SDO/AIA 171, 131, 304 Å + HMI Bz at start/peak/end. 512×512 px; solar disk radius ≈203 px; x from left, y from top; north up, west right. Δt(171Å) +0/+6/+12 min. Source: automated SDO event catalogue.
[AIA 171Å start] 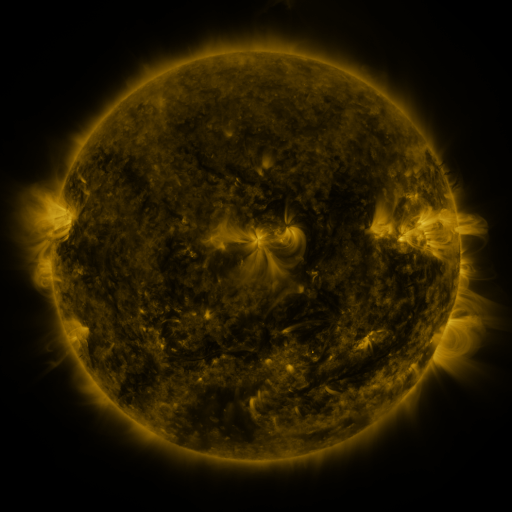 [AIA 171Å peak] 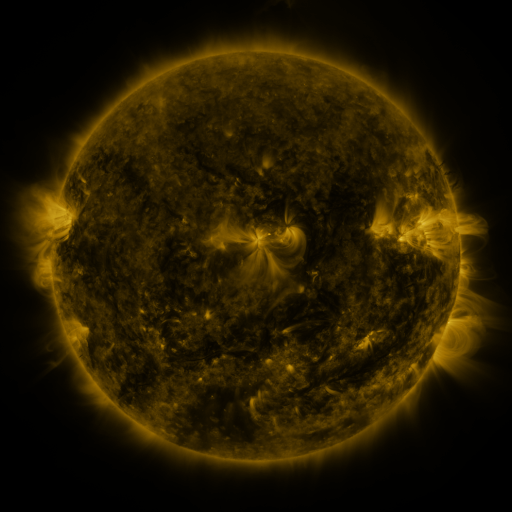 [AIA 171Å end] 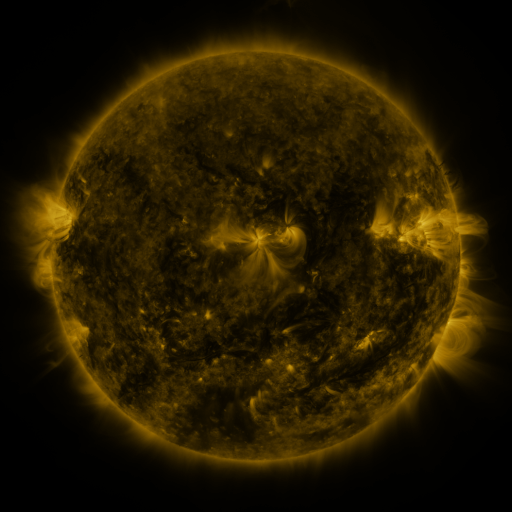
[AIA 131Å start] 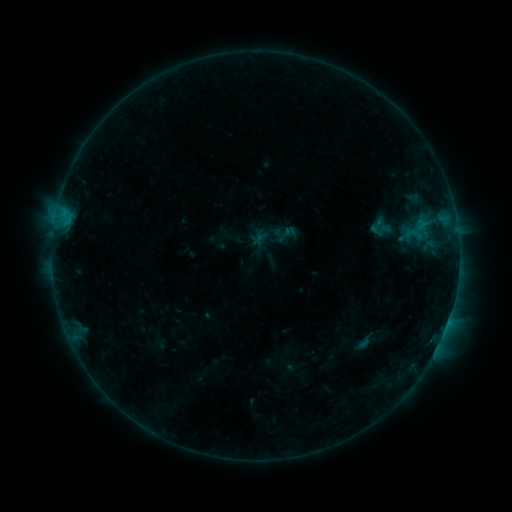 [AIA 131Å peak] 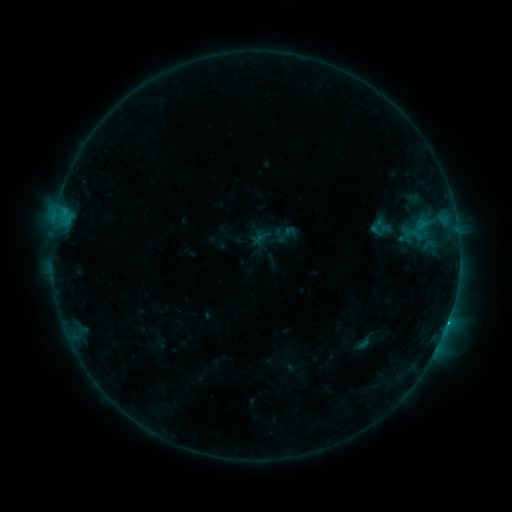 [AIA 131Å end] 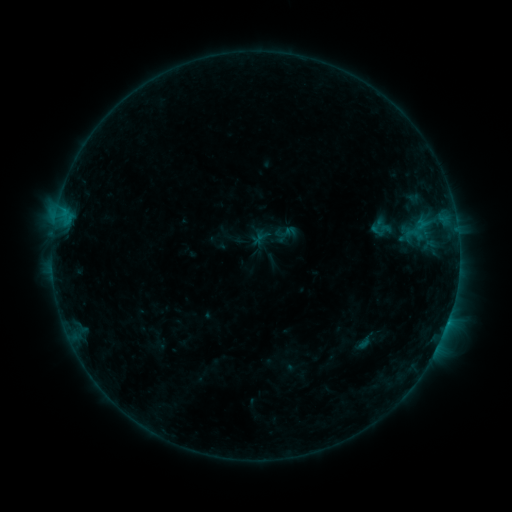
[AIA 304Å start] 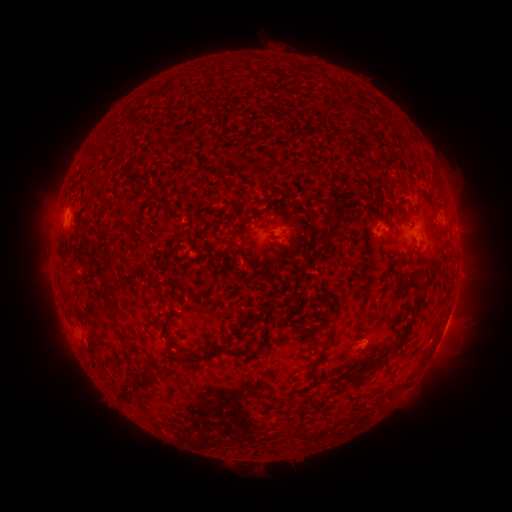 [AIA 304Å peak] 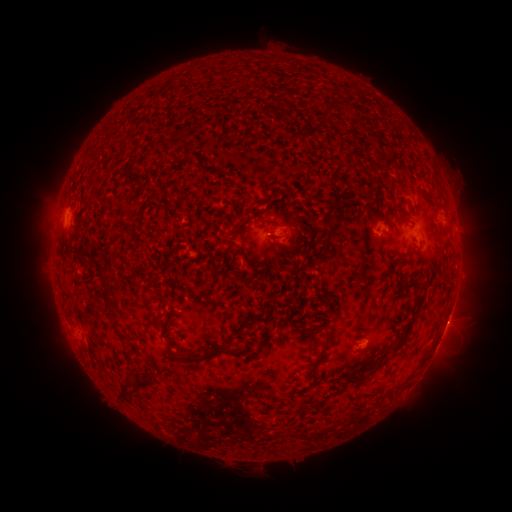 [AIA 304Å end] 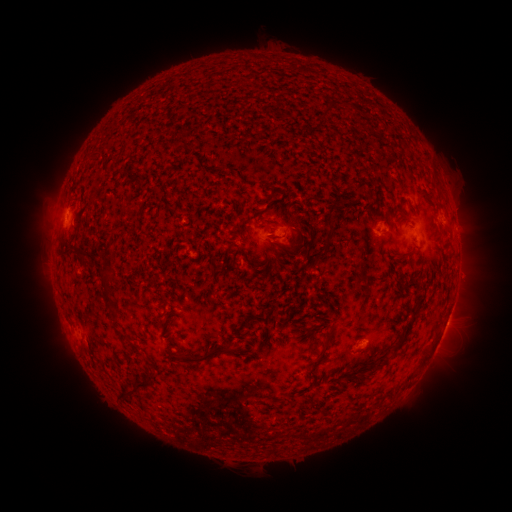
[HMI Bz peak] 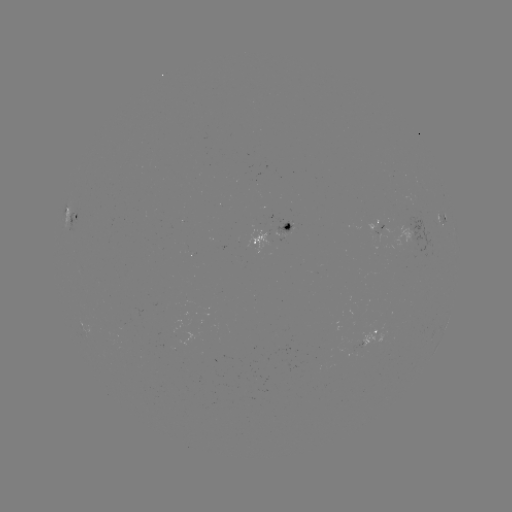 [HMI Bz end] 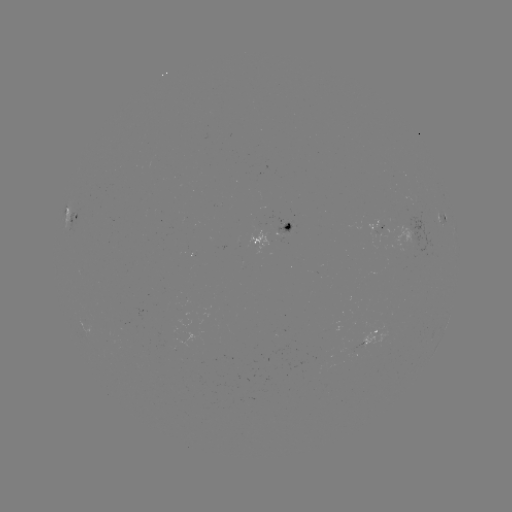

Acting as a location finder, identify B5.3 flare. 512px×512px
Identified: (447, 322).